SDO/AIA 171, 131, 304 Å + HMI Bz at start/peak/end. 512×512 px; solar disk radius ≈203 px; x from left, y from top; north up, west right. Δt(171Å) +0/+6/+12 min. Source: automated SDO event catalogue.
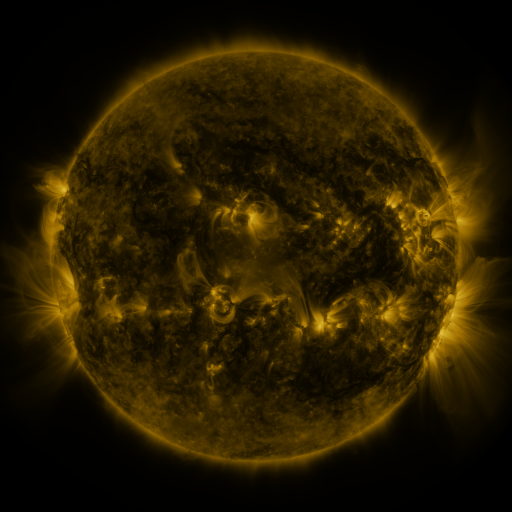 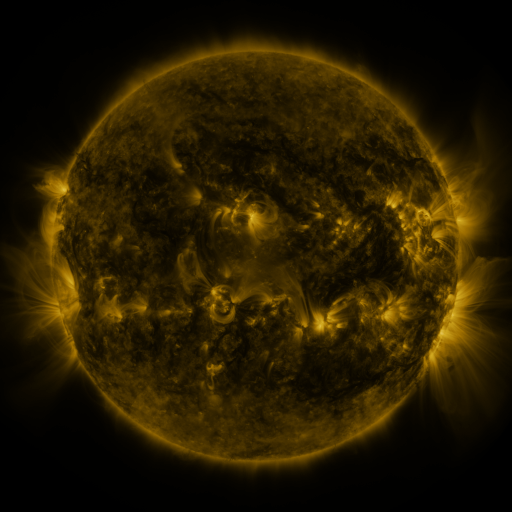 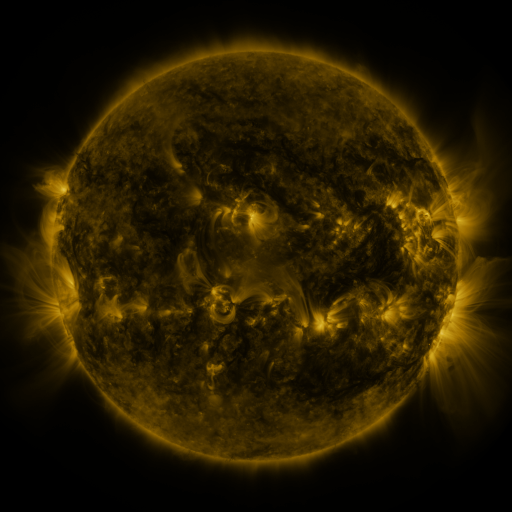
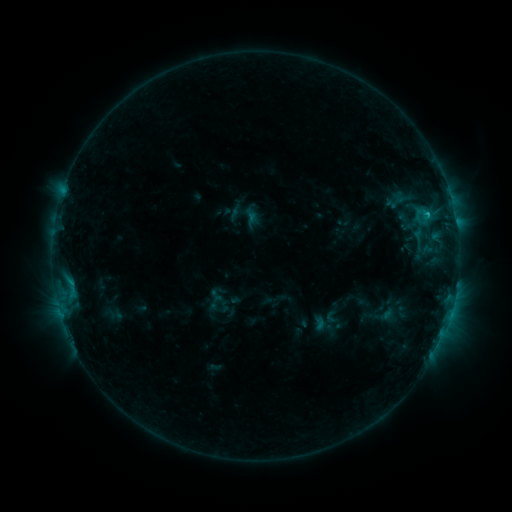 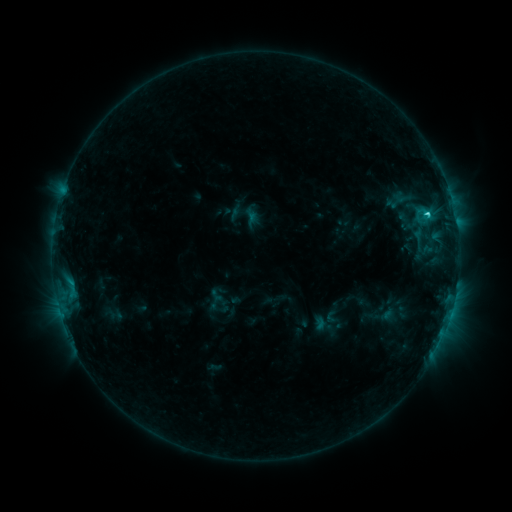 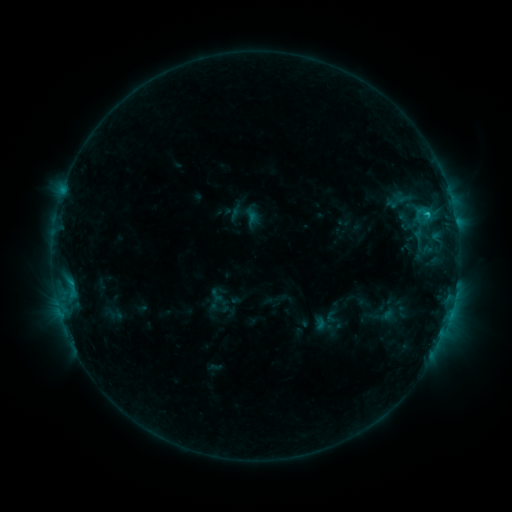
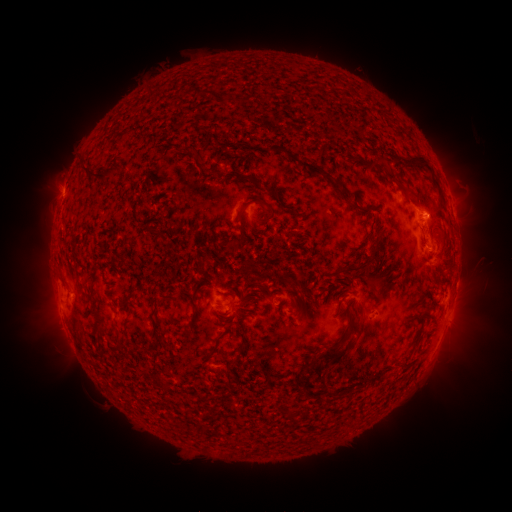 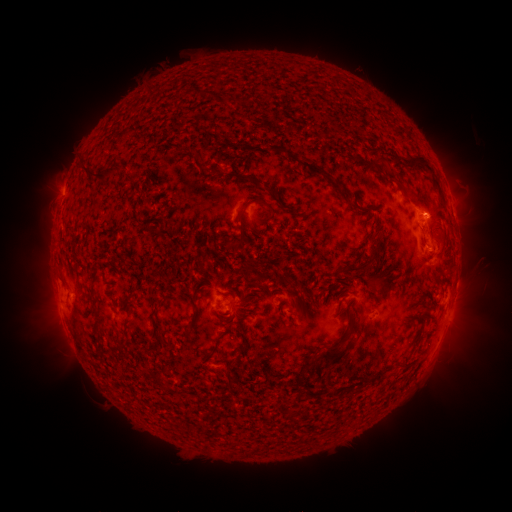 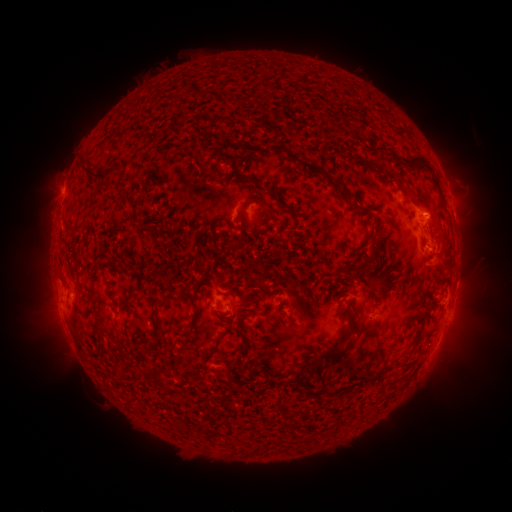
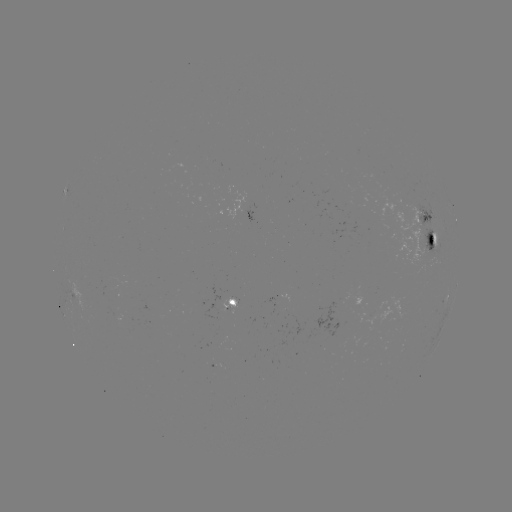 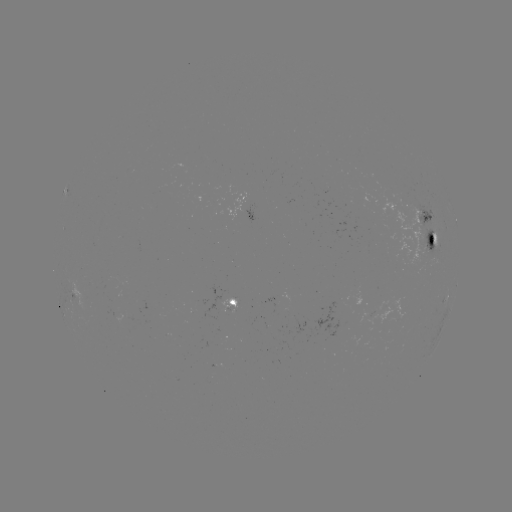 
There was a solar flare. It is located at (426, 217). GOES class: C1.5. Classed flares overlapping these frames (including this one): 1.